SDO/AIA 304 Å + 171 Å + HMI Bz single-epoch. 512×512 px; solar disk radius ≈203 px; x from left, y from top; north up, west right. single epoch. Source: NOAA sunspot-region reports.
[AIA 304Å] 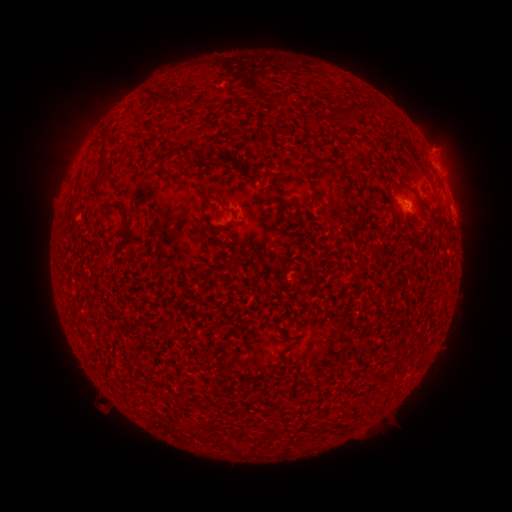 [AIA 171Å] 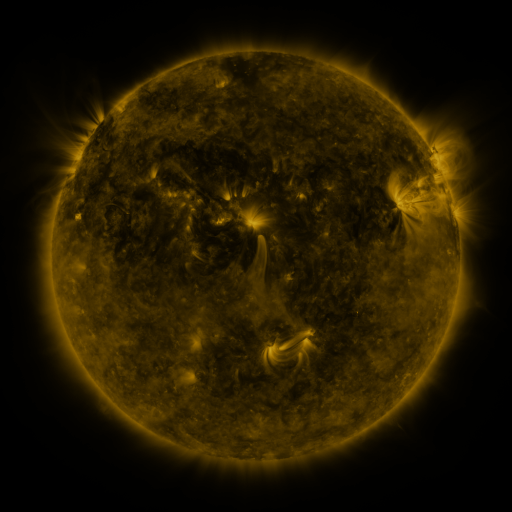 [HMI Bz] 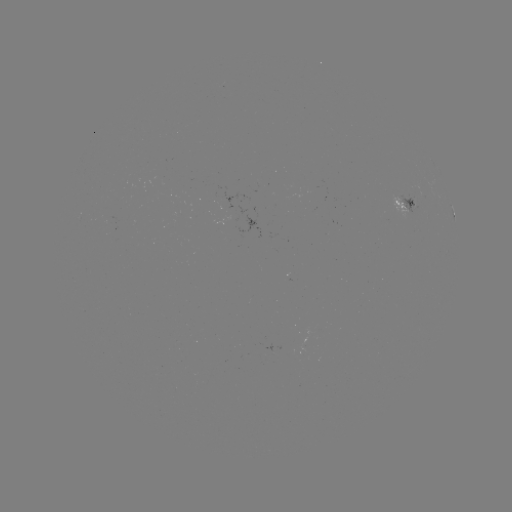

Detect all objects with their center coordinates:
spotted active region: (440, 170)
spotted active region: (407, 205)
spotted active region: (454, 211)
